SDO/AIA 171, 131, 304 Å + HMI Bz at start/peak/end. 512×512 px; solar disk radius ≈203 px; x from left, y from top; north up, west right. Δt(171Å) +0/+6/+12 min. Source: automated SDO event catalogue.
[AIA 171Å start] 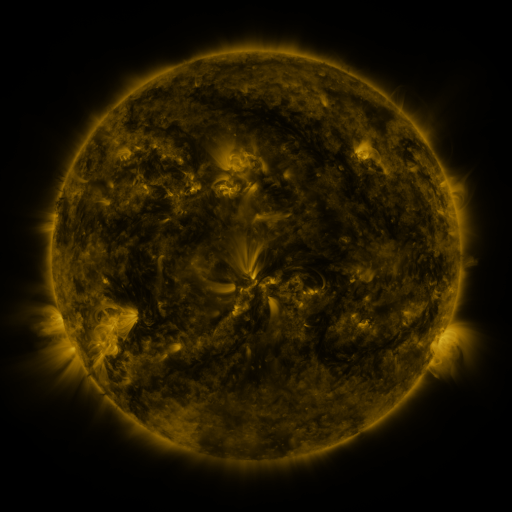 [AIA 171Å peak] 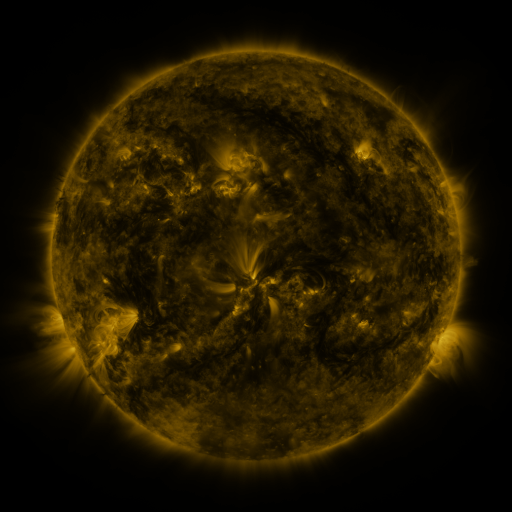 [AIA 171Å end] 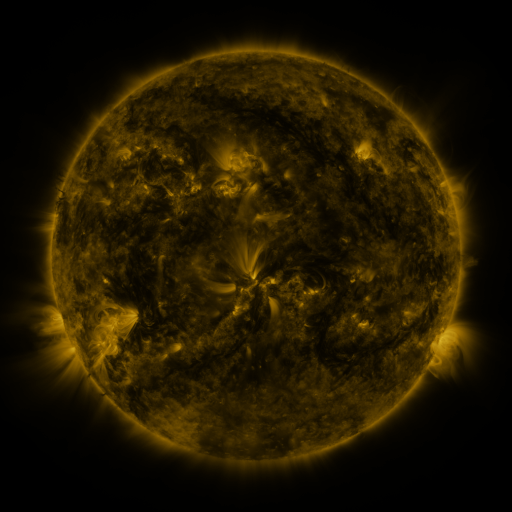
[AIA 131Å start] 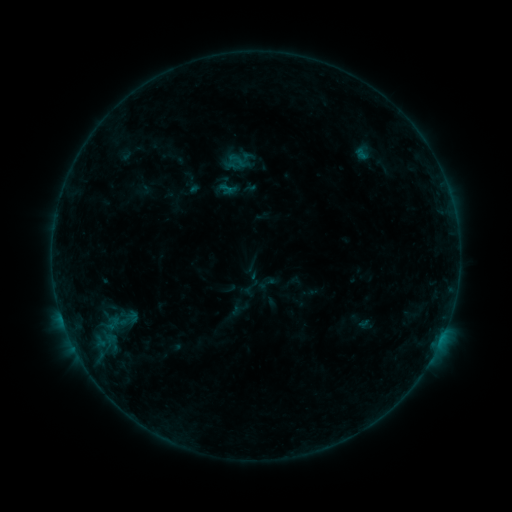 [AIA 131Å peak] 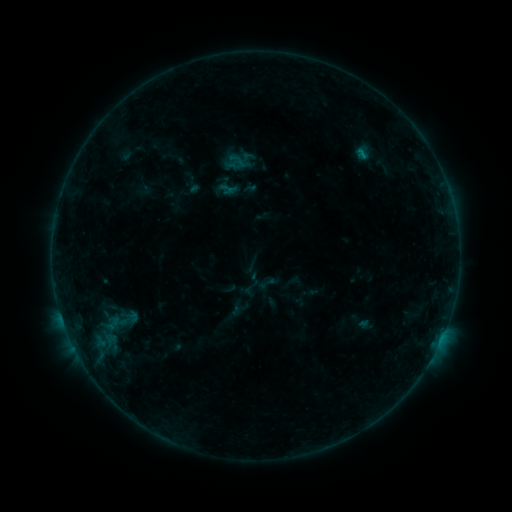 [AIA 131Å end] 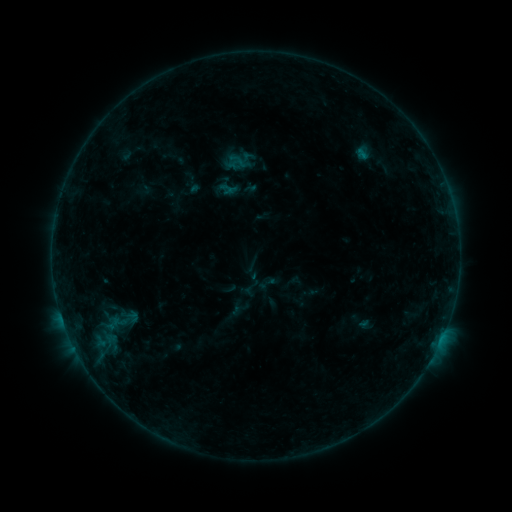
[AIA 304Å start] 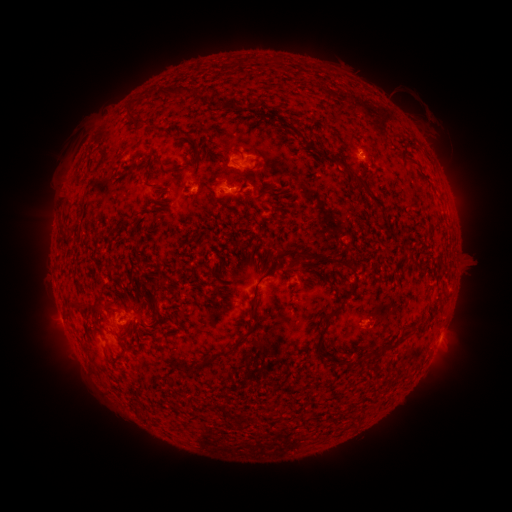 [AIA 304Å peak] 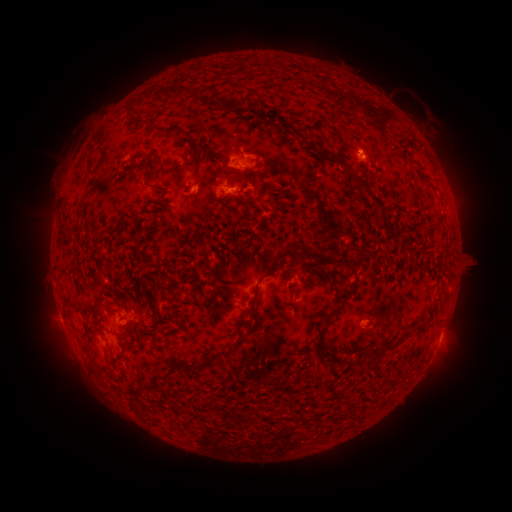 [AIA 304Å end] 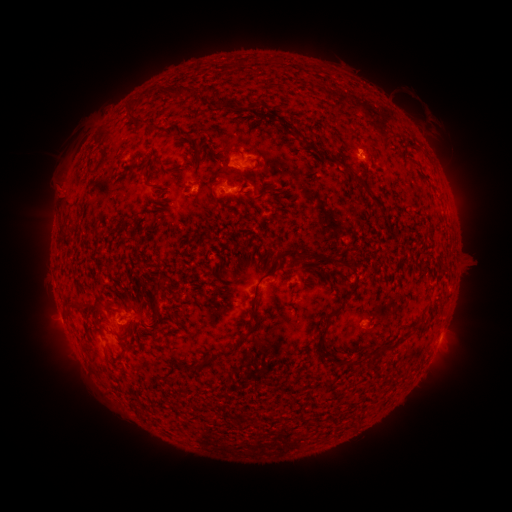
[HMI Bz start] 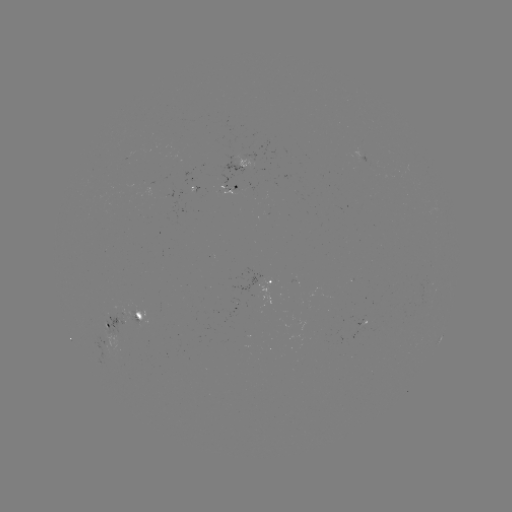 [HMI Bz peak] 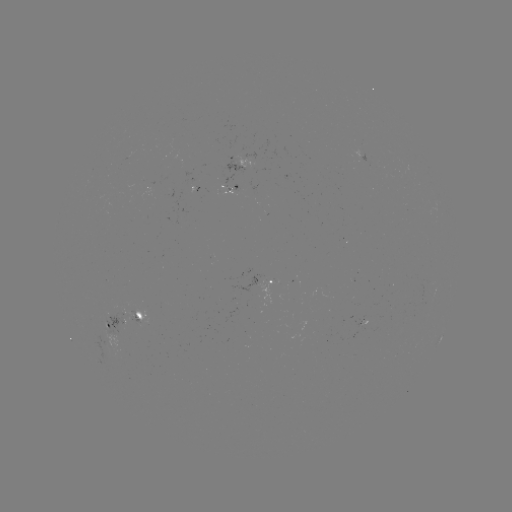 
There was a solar flare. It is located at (362, 155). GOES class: B4.0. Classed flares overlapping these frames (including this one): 1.